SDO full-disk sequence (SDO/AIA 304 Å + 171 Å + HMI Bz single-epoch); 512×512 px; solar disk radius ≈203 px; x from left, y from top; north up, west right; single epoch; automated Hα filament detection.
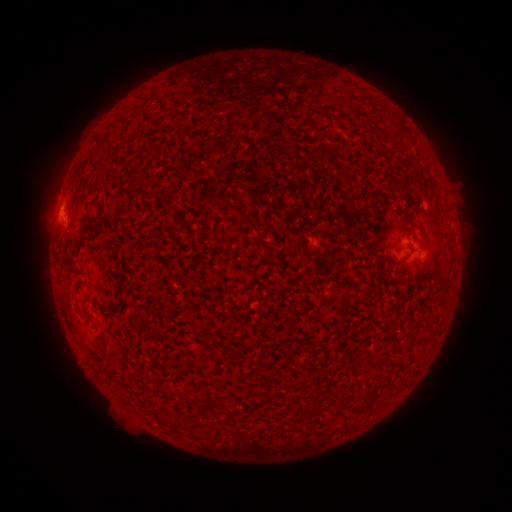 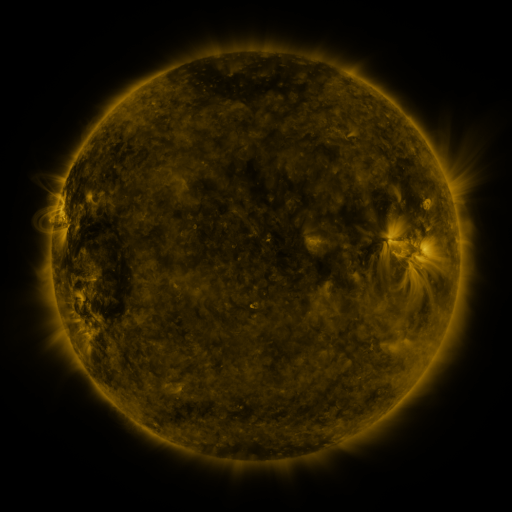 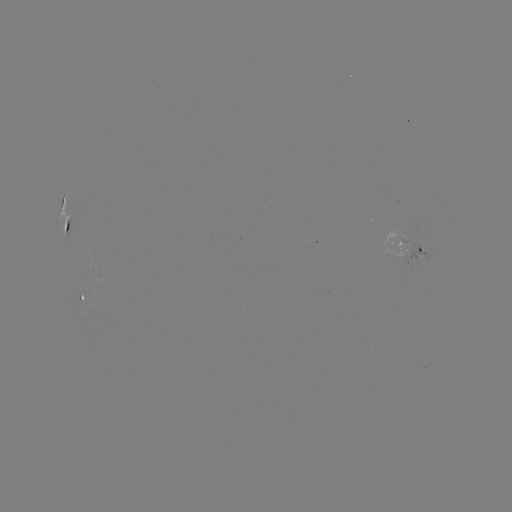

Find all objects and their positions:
filament: <bbox>393, 131, 404, 149</bbox>
filament: <bbox>96, 134, 119, 147</bbox>
filament: <bbox>226, 206, 265, 246</bbox>
filament: <bbox>93, 211, 105, 221</bbox>
filament: <bbox>64, 218, 72, 231</bbox>
filament: <bbox>78, 222, 89, 238</bbox>
filament: <bbox>387, 259, 397, 268</bbox>
